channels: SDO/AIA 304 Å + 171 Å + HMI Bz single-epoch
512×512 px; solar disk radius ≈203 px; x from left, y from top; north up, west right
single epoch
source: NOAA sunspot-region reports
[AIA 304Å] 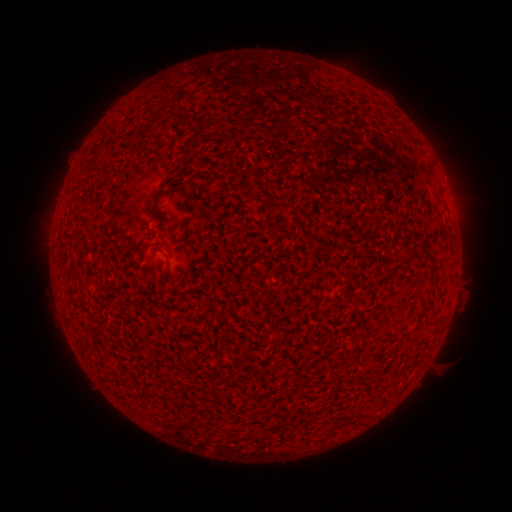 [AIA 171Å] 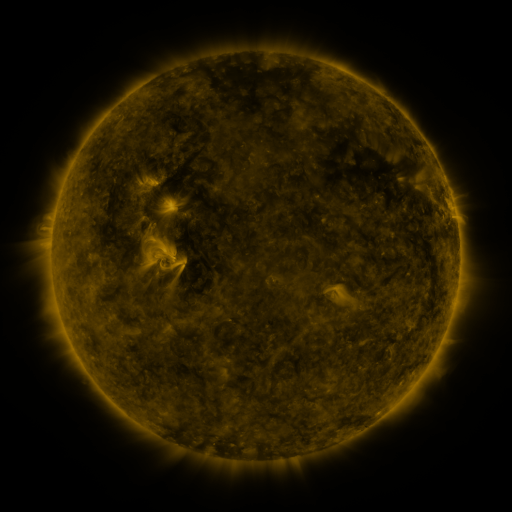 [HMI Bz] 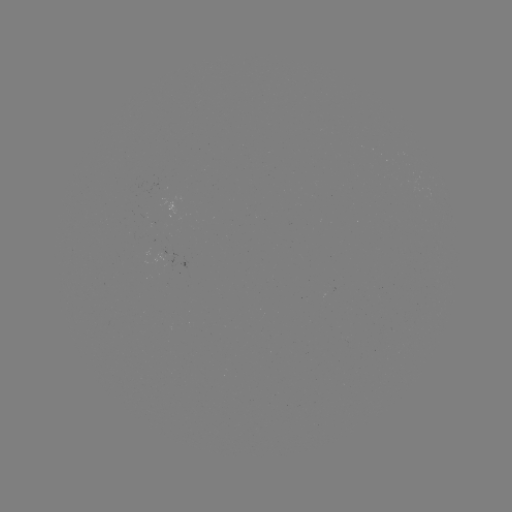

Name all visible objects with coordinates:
(none)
